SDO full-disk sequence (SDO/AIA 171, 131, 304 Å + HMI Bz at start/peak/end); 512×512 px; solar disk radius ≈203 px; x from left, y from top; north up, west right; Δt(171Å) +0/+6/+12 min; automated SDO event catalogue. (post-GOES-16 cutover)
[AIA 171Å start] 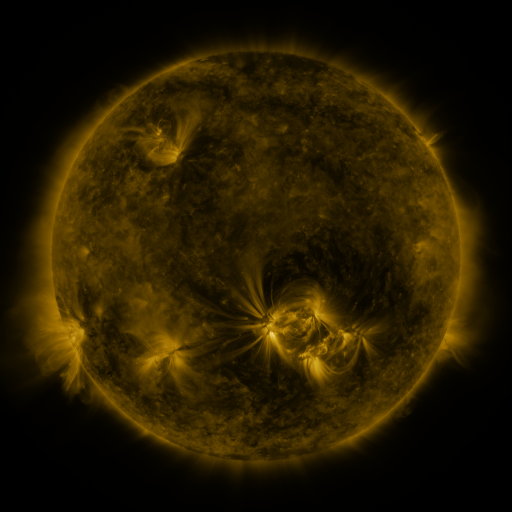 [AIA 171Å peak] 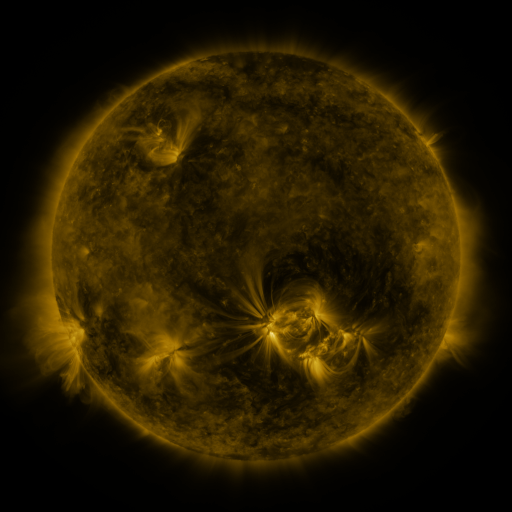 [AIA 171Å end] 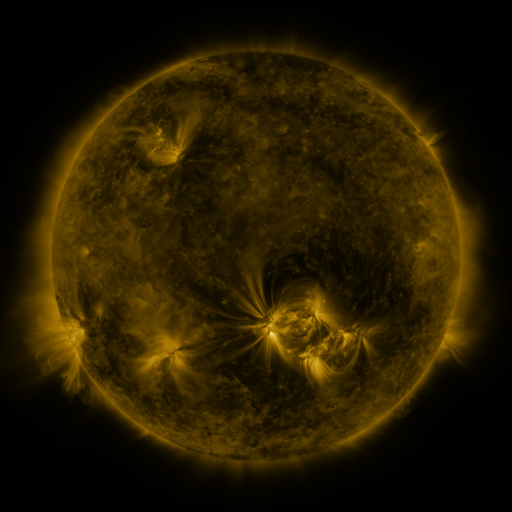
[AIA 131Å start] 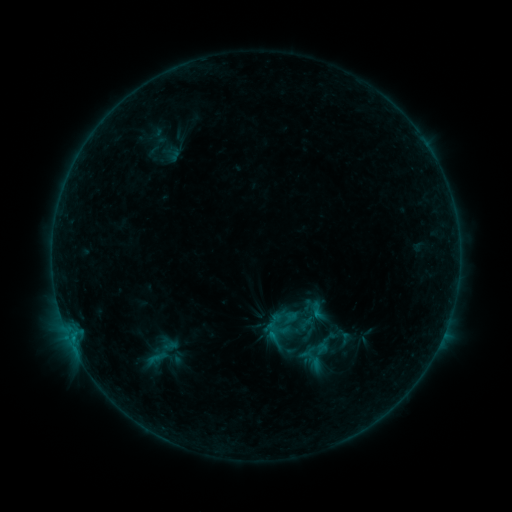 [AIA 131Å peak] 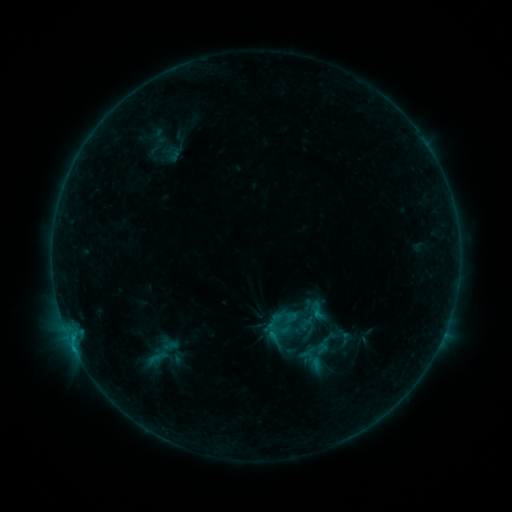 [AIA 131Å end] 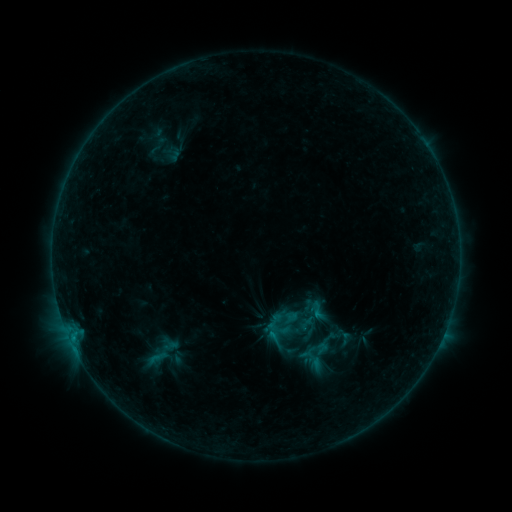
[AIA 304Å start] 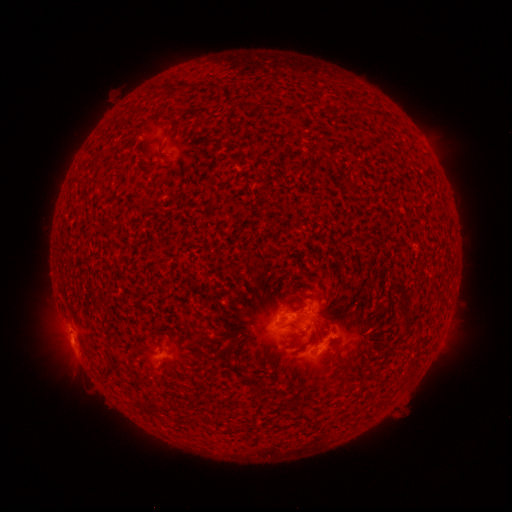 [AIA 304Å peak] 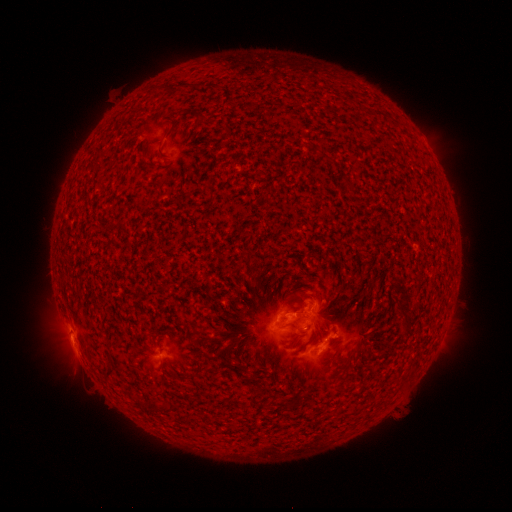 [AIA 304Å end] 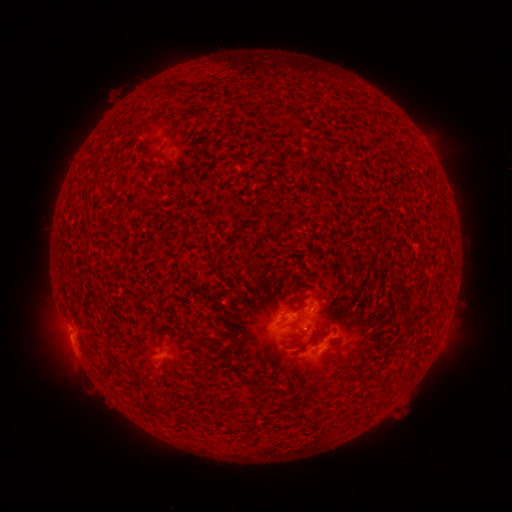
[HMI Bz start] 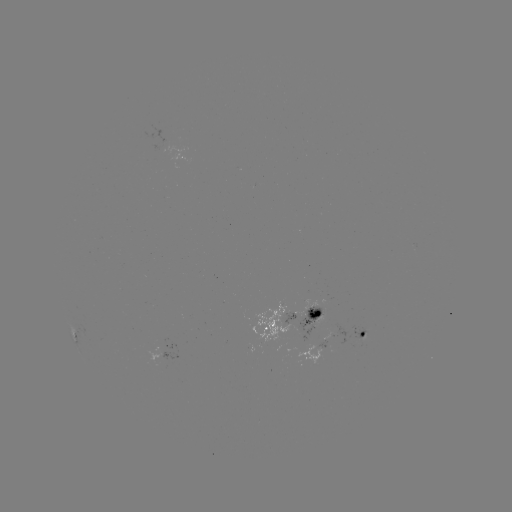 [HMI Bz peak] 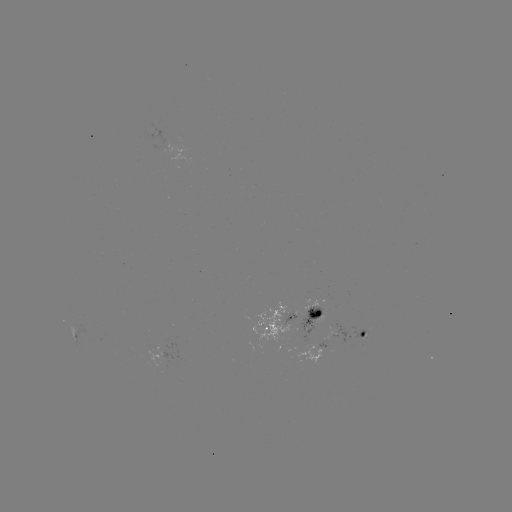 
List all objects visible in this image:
B5.6 flare: (74, 348)
